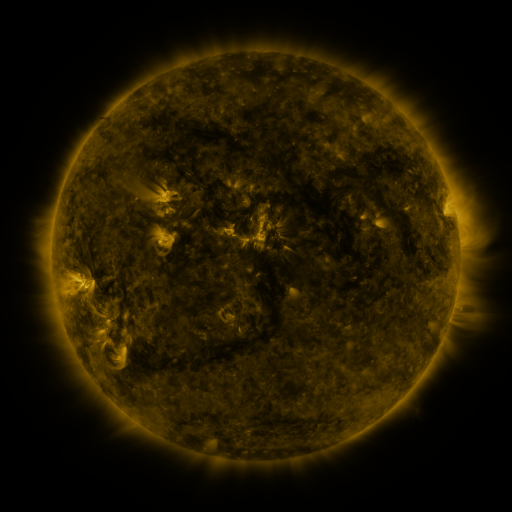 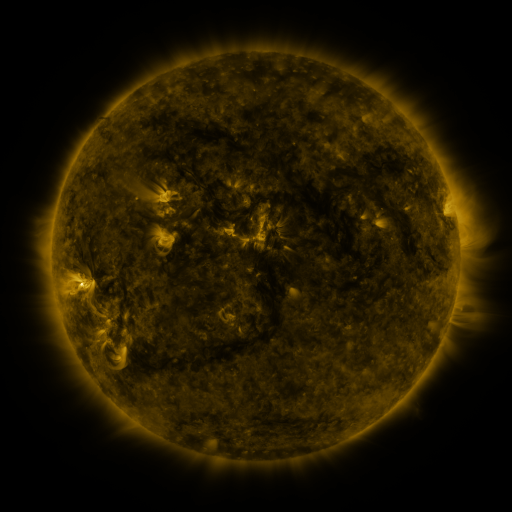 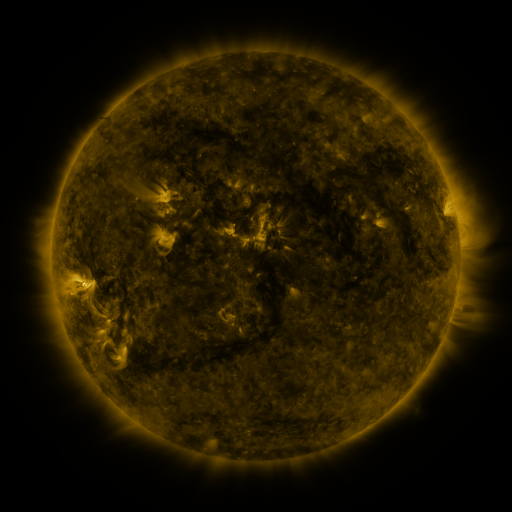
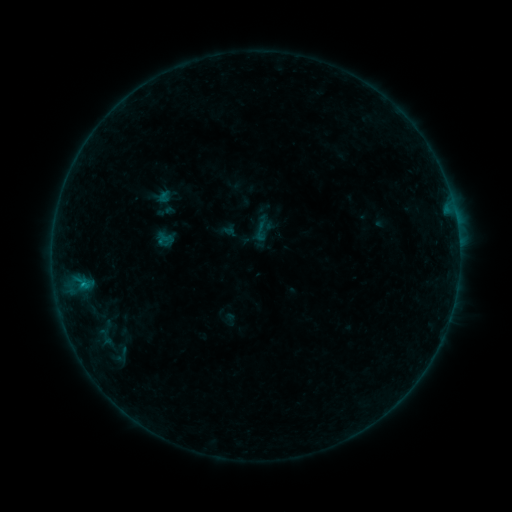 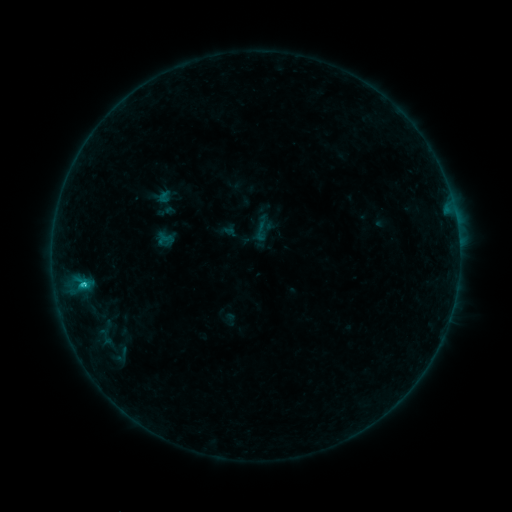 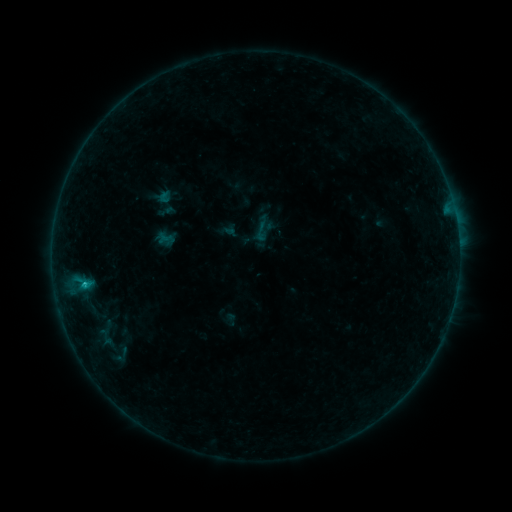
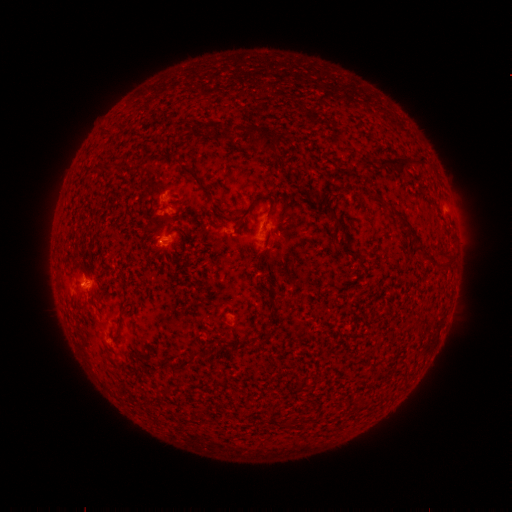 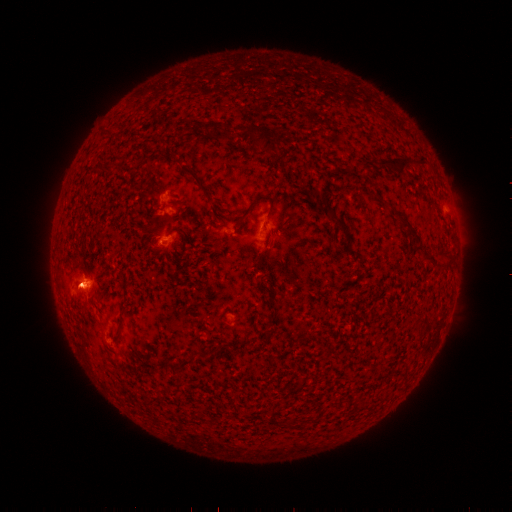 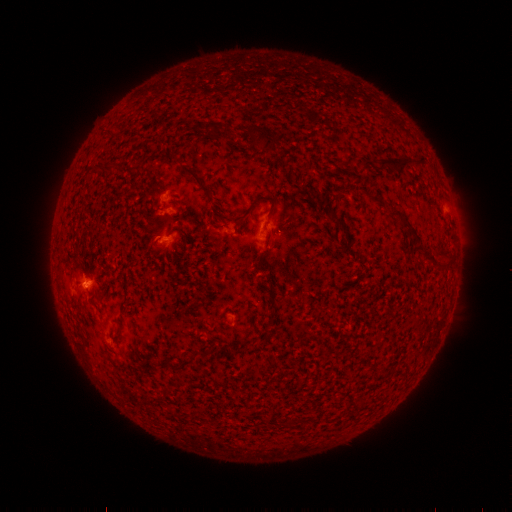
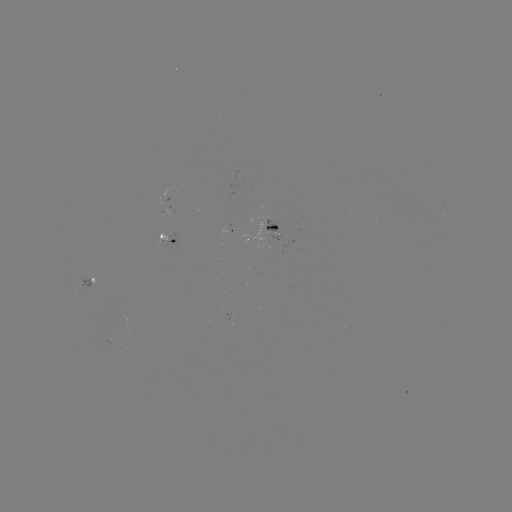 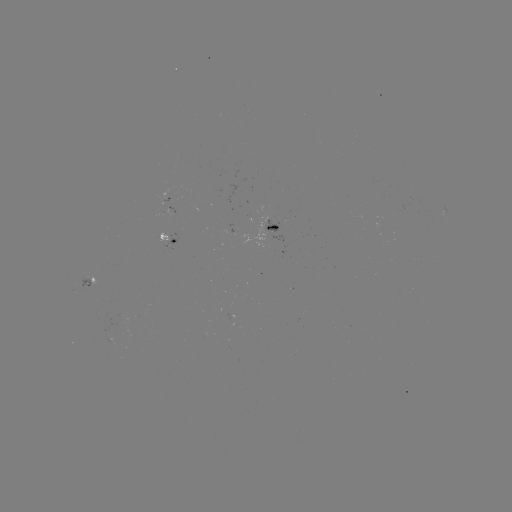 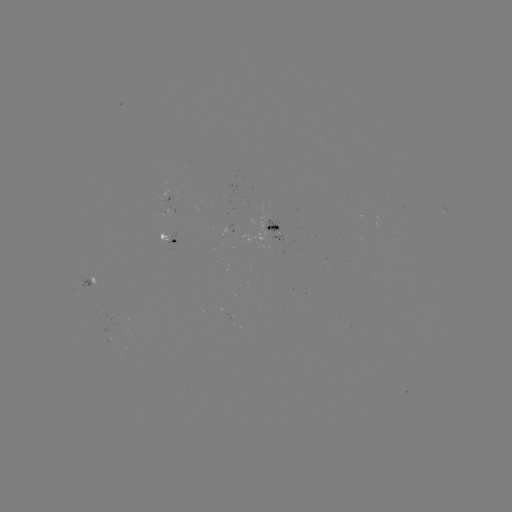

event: flare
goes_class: B7.8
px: (84, 282)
